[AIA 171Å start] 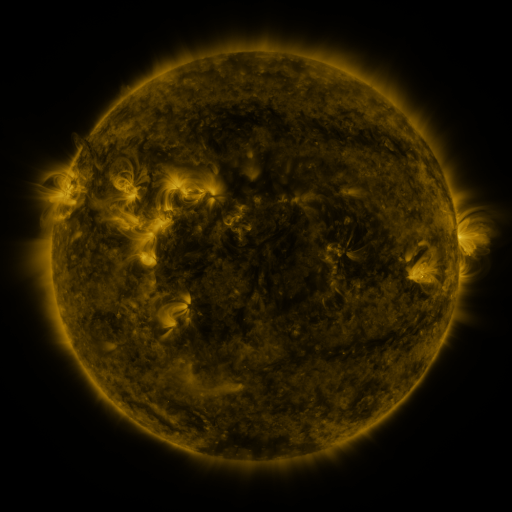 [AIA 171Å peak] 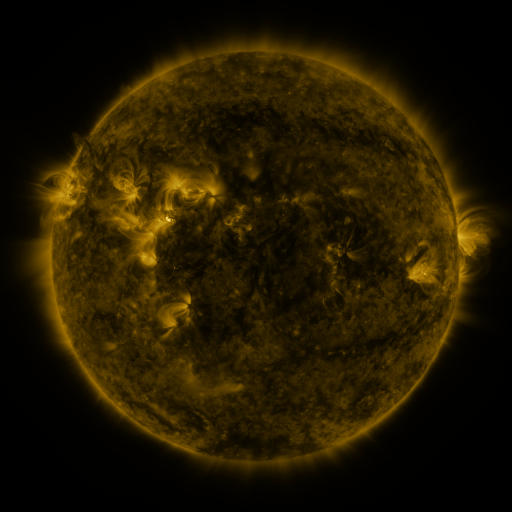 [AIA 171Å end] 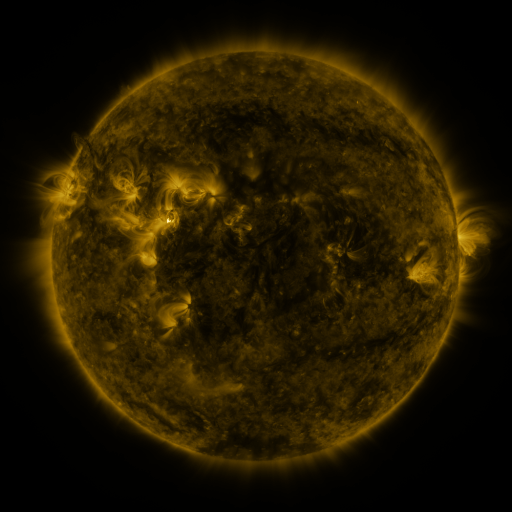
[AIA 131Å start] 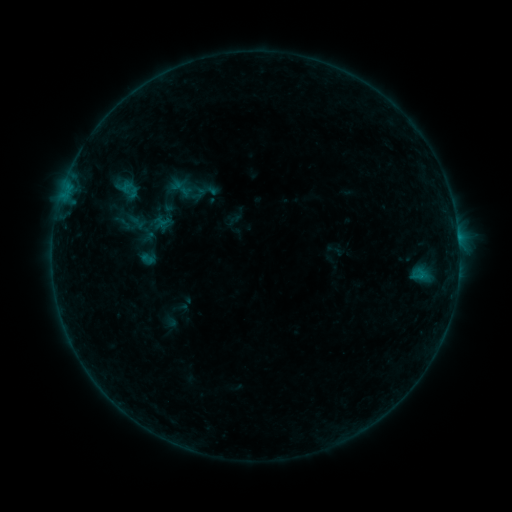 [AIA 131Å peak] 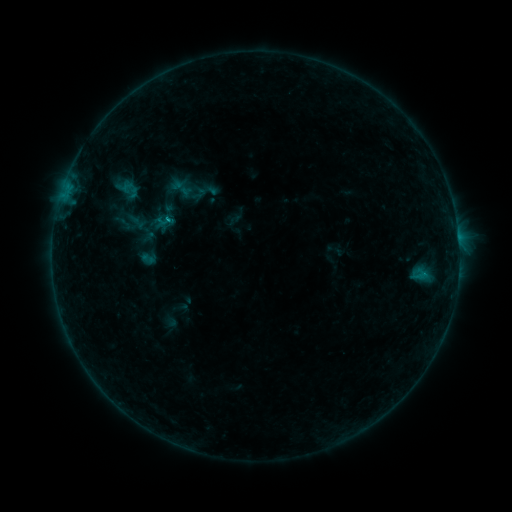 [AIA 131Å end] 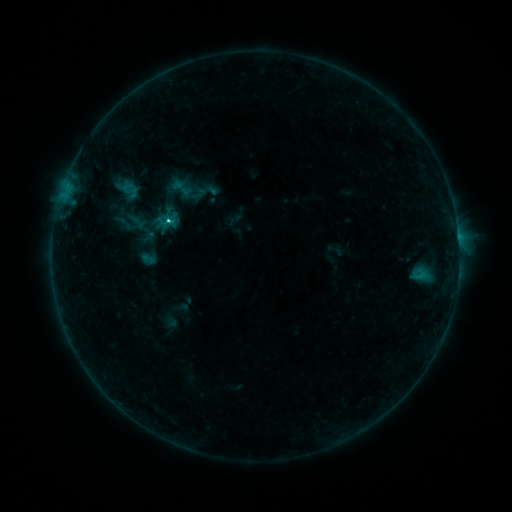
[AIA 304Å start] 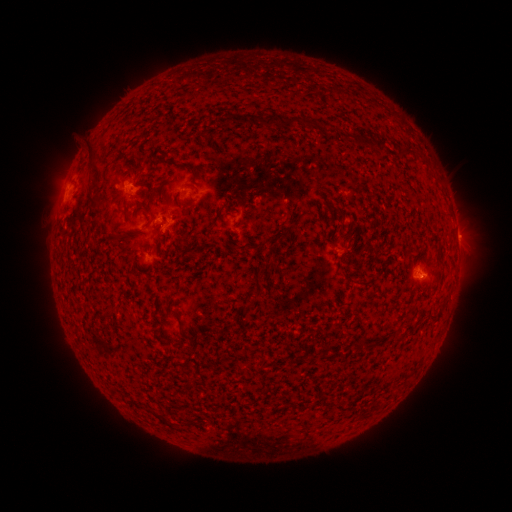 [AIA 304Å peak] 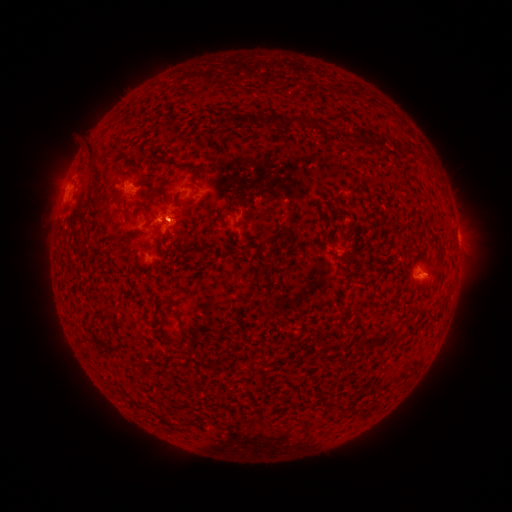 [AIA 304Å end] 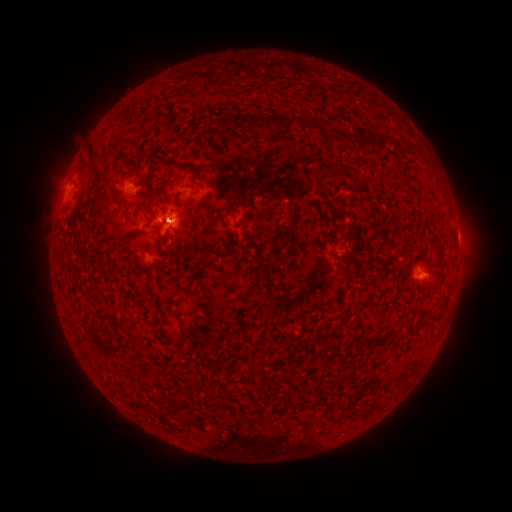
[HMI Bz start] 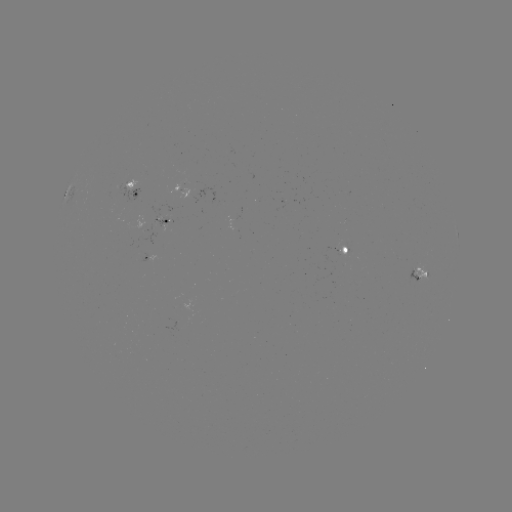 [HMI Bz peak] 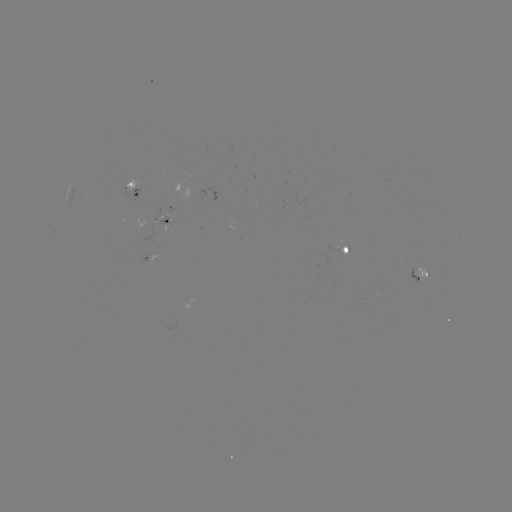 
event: flare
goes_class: C1.8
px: (170, 224)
